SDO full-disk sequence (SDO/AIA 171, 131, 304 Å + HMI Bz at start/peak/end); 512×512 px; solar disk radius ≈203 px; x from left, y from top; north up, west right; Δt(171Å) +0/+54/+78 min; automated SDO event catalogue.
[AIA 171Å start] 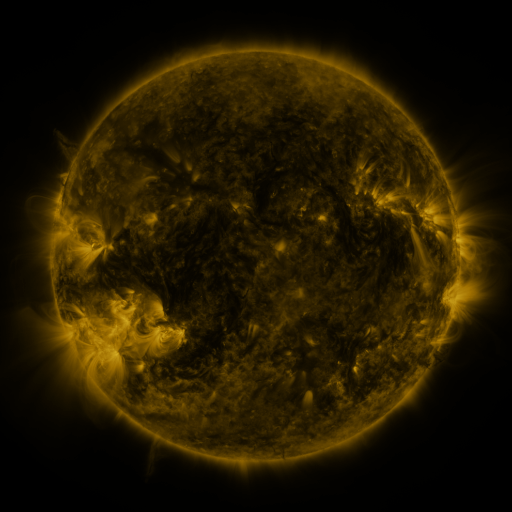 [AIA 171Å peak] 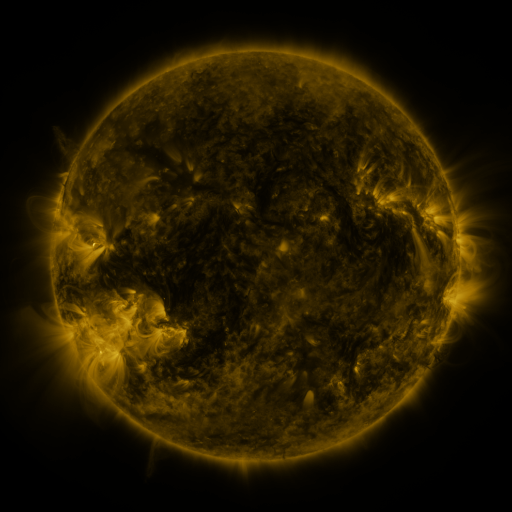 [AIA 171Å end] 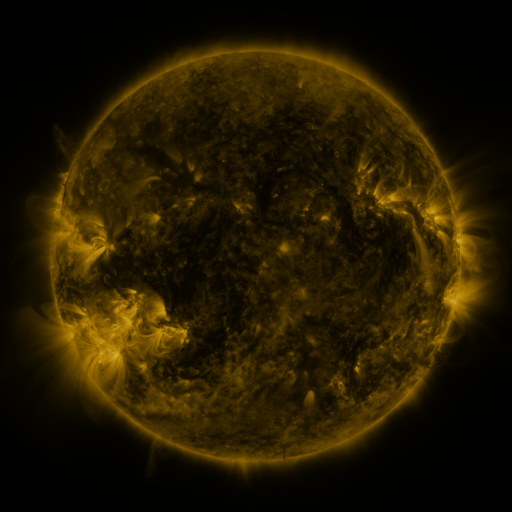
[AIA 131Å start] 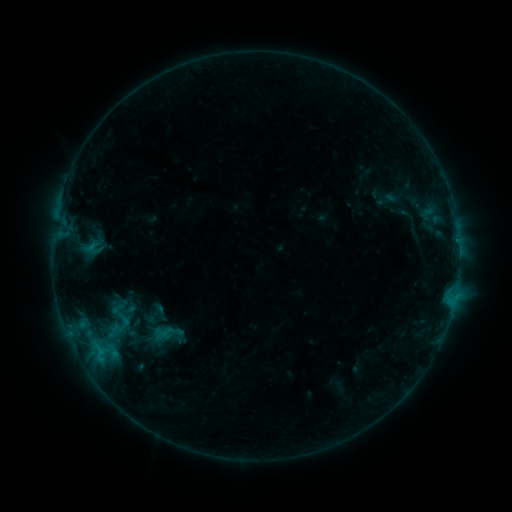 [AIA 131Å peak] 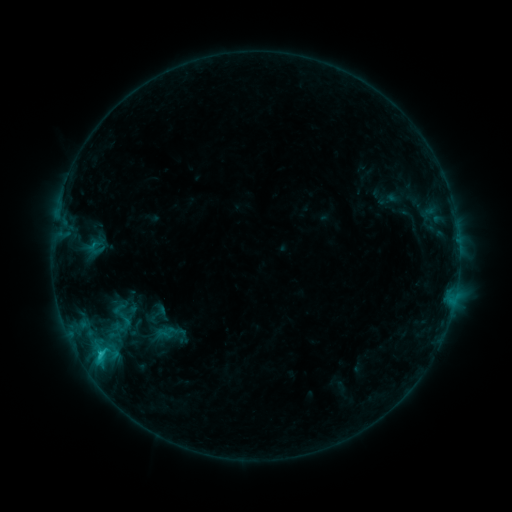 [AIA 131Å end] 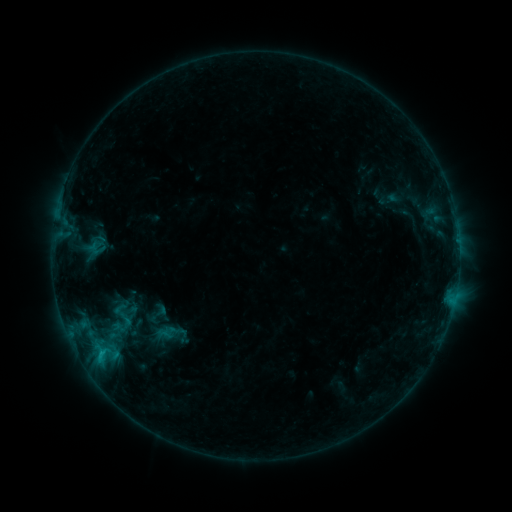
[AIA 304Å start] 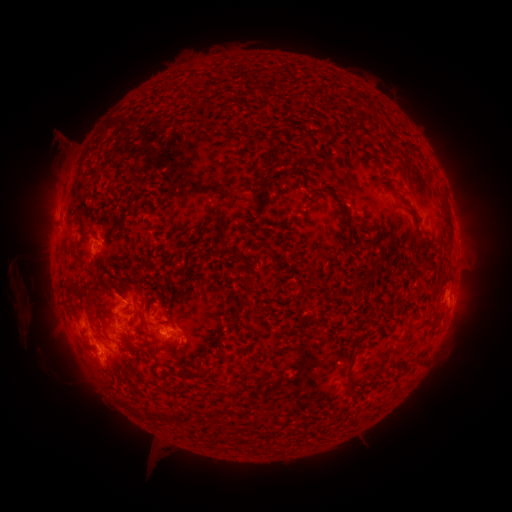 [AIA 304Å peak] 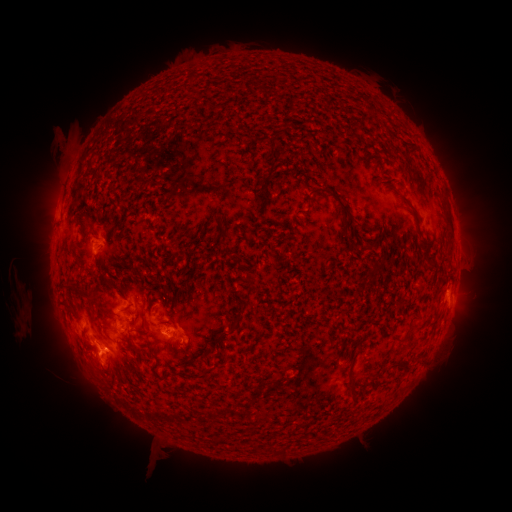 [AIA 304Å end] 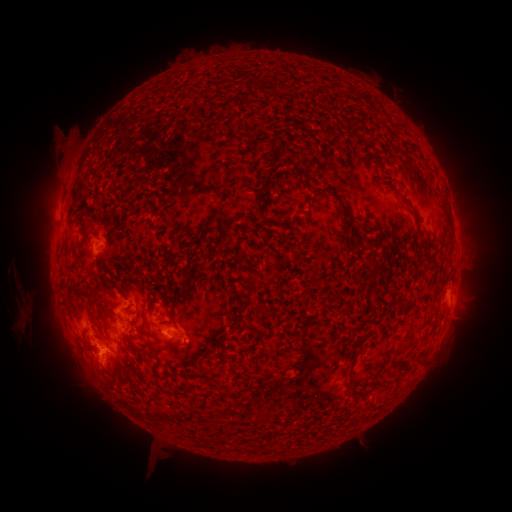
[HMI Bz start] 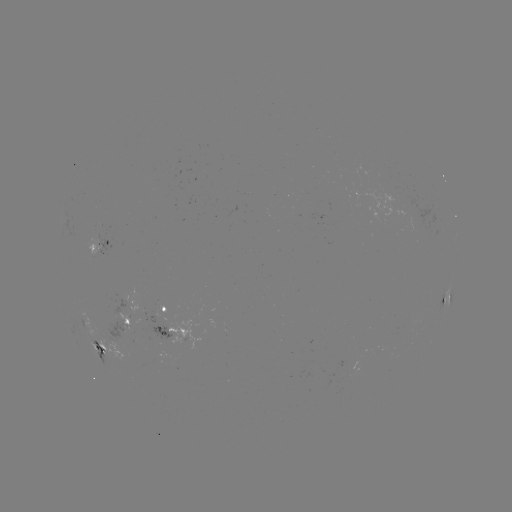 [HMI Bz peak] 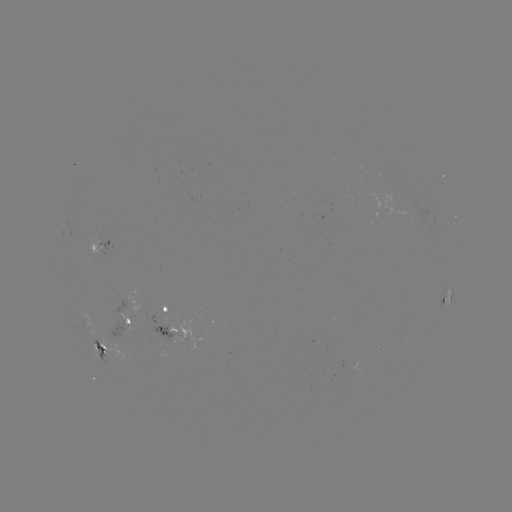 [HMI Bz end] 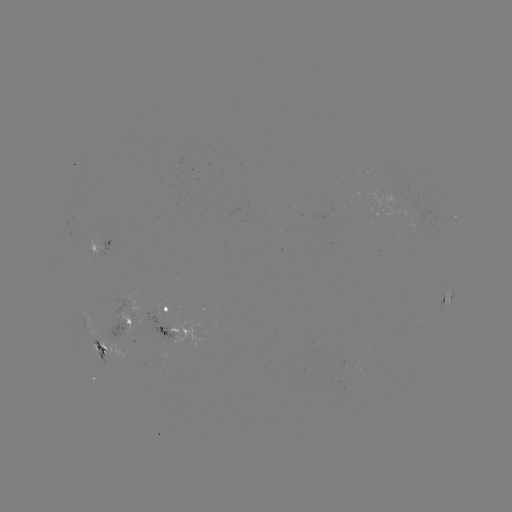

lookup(C1.2 flare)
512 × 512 [101, 353]